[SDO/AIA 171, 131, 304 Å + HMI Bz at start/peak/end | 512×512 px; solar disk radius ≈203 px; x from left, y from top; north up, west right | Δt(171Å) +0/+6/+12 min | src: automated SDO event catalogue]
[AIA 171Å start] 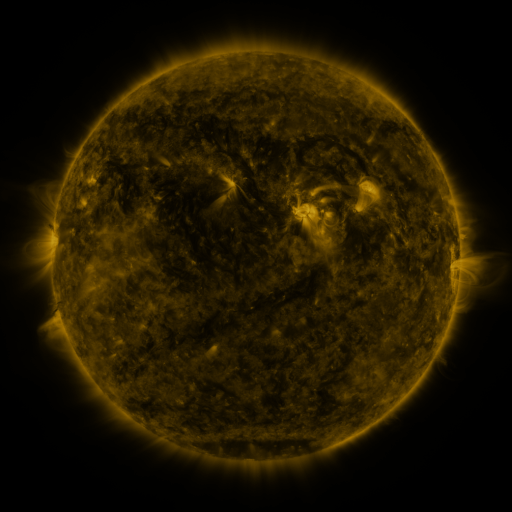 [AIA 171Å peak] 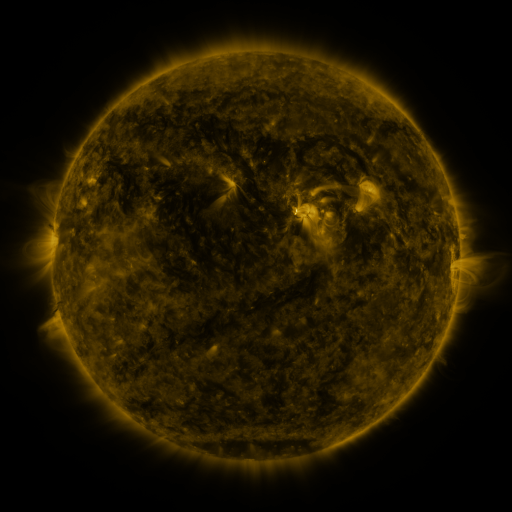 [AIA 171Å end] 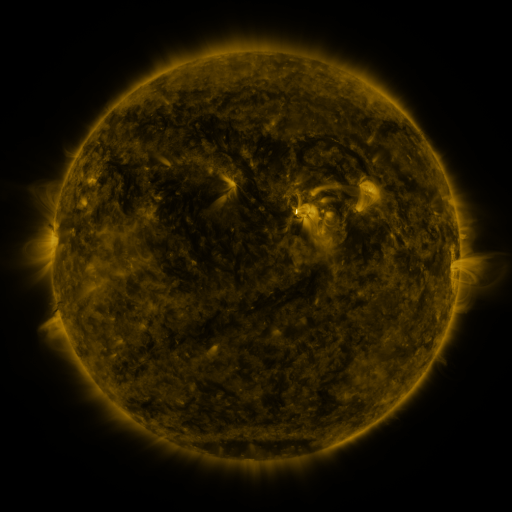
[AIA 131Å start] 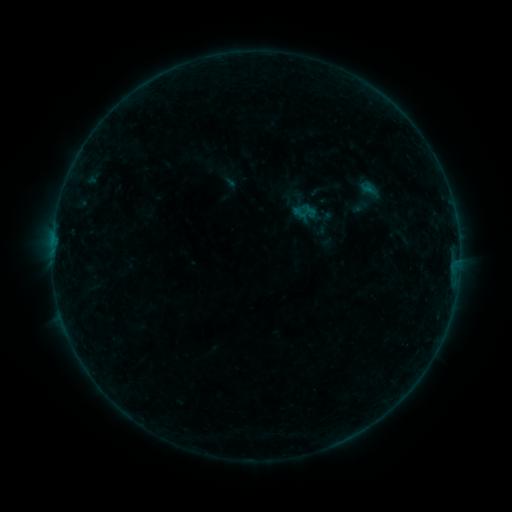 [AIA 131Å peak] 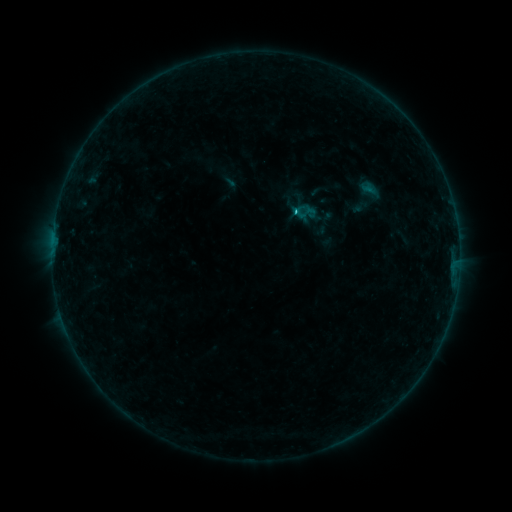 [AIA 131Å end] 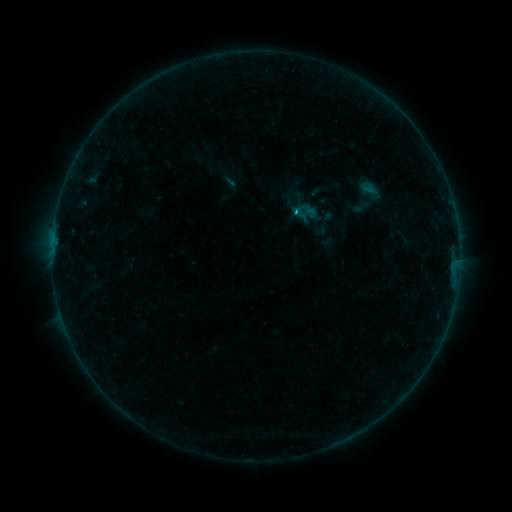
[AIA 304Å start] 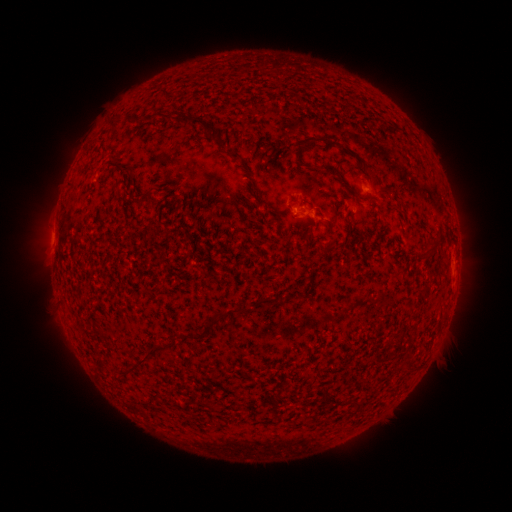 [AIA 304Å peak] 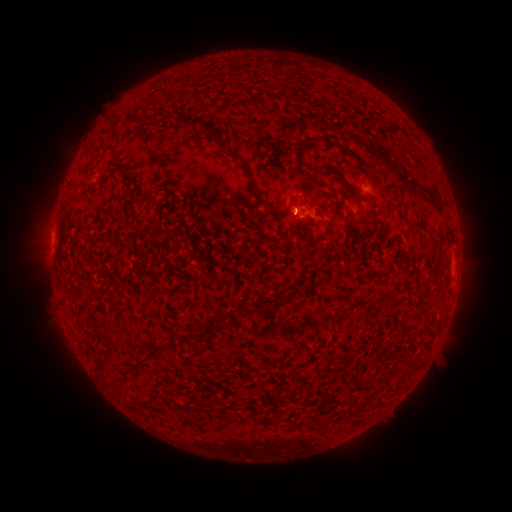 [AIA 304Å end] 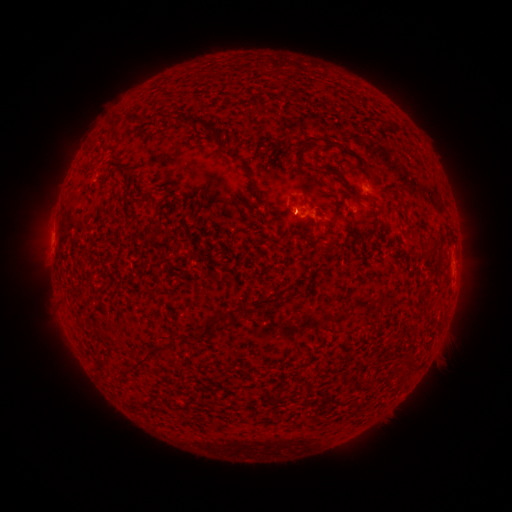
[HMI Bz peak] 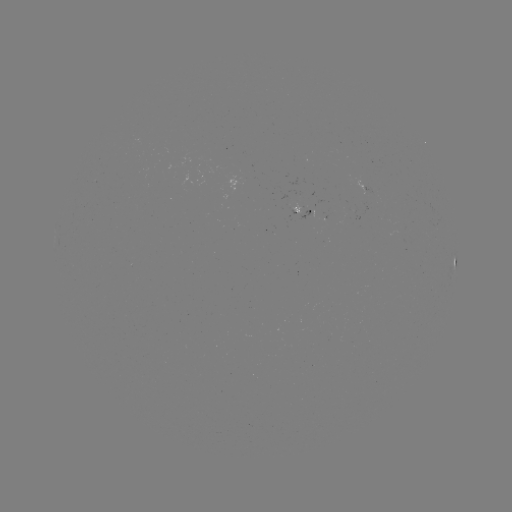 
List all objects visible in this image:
B4.6 flare: (294, 213)
